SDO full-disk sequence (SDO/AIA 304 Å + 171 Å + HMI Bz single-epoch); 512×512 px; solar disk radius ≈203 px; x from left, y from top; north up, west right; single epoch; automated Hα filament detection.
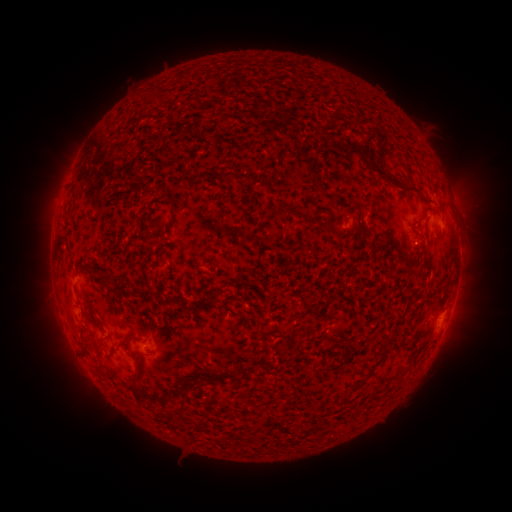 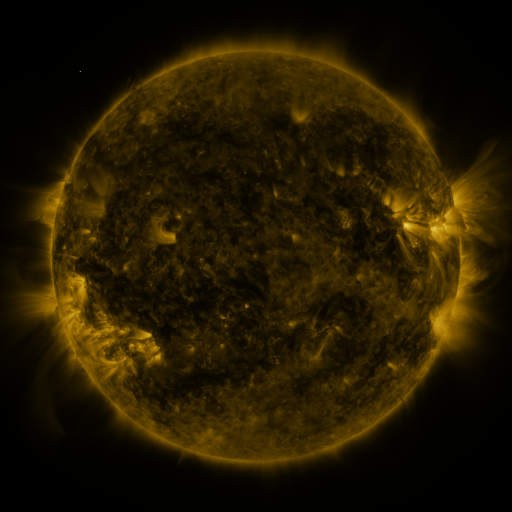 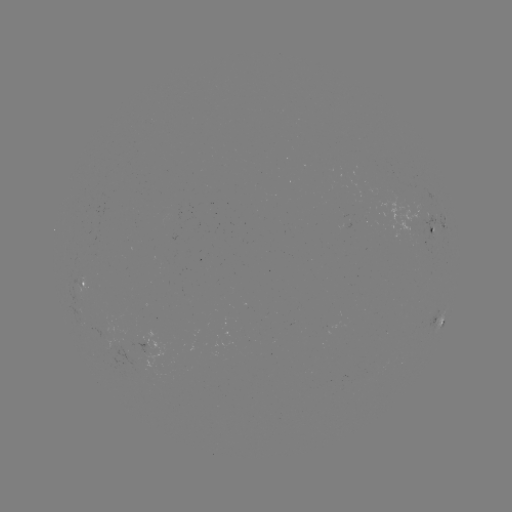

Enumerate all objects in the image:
filament: (326, 110, 334, 121)
filament: (332, 140, 371, 159)
filament: (359, 156, 386, 180)
filament: (219, 169, 243, 183)
filament: (255, 171, 264, 181)
filament: (390, 176, 415, 189)
filament: (278, 205, 292, 219)
filament: (336, 206, 347, 220)
filament: (356, 207, 373, 247)
filament: (57, 237, 66, 250)
filament: (393, 243, 424, 278)
filament: (96, 274, 116, 293)
filament: (210, 289, 222, 300)
filament: (428, 301, 436, 312)
filament: (305, 324, 329, 336)
filament: (389, 327, 400, 337)
filament: (280, 332, 296, 349)
filament: (117, 340, 129, 350)
filament: (134, 352, 144, 385)
filament: (215, 366, 227, 375)
filament: (229, 367, 241, 378)
filament: (132, 388, 162, 408)
filament: (343, 392, 351, 405)
